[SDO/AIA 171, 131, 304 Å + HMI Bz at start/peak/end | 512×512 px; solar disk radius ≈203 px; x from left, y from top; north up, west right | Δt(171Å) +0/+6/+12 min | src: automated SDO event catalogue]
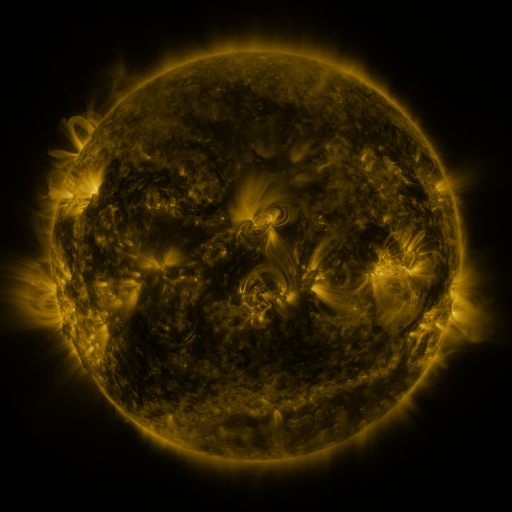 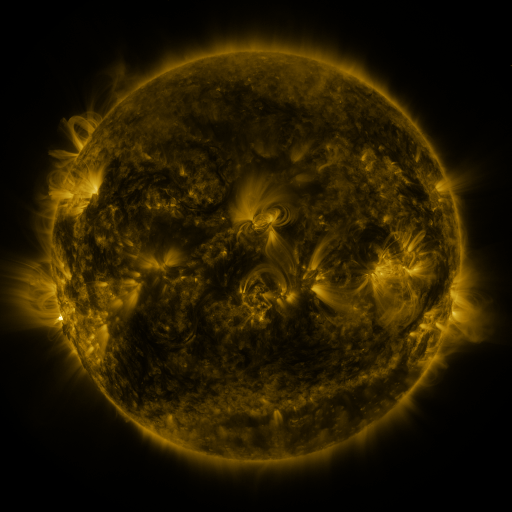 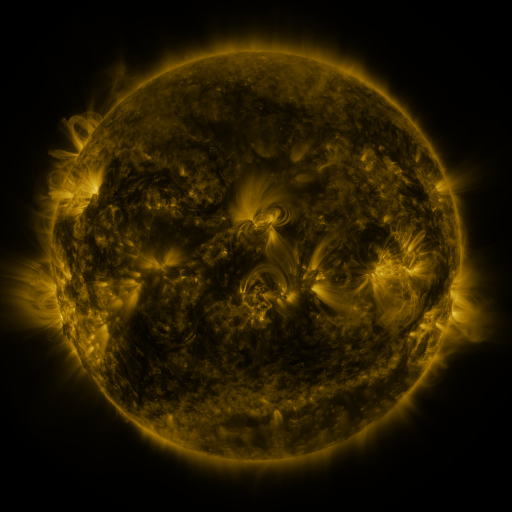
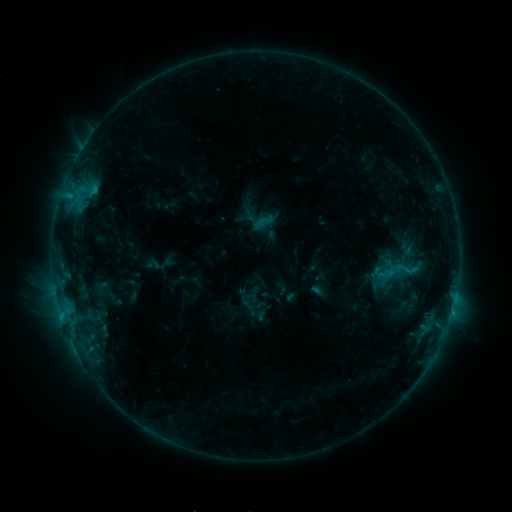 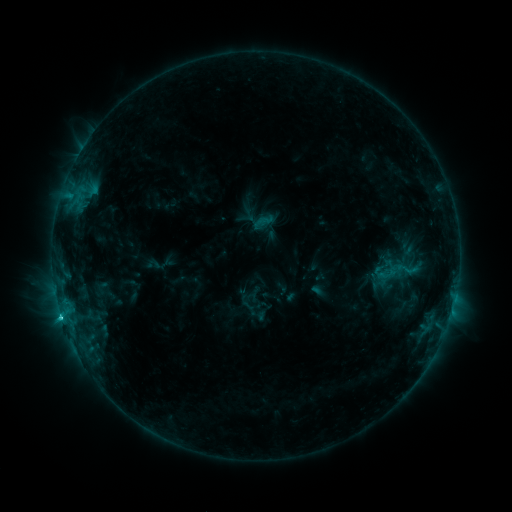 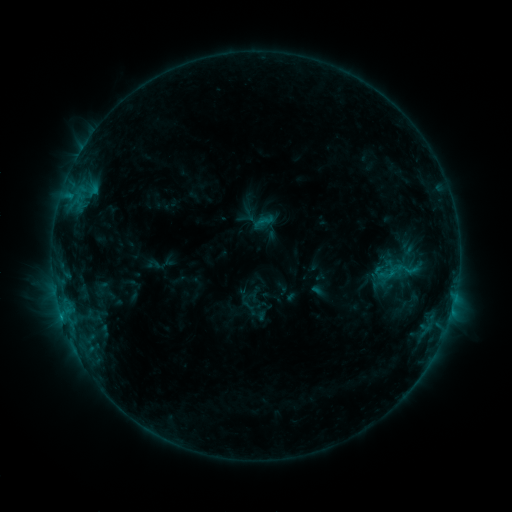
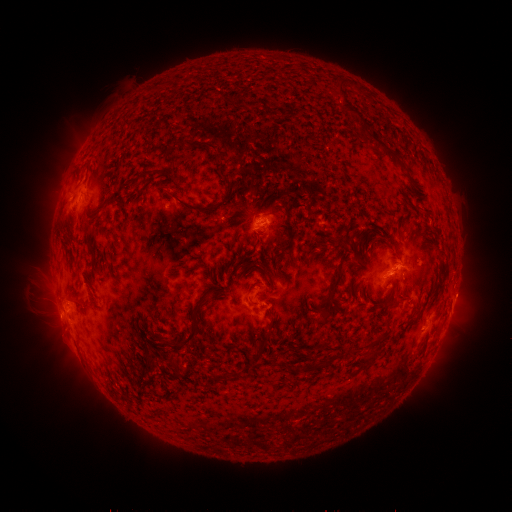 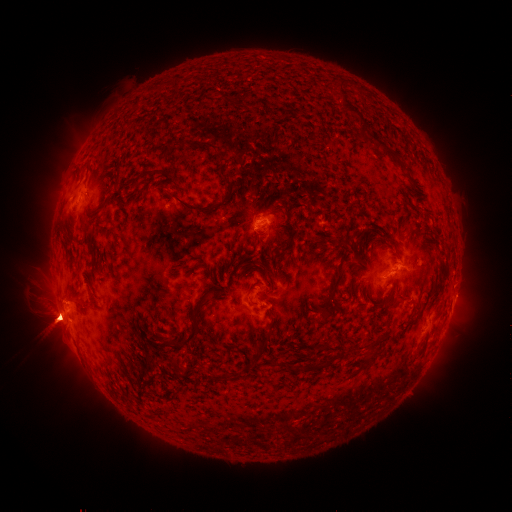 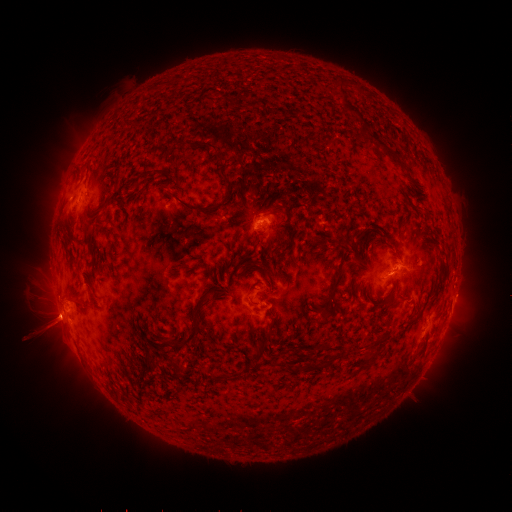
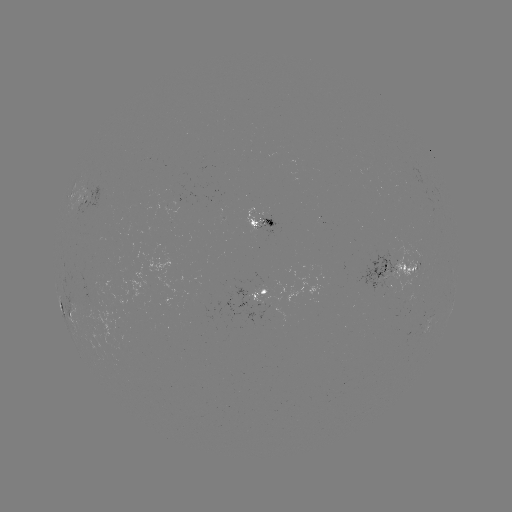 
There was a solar eruption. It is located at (57, 315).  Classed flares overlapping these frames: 1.